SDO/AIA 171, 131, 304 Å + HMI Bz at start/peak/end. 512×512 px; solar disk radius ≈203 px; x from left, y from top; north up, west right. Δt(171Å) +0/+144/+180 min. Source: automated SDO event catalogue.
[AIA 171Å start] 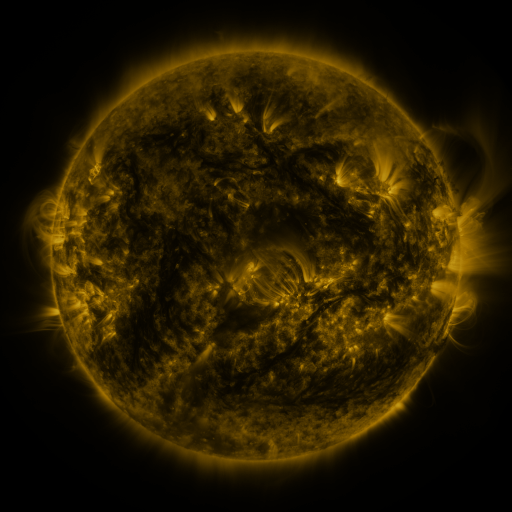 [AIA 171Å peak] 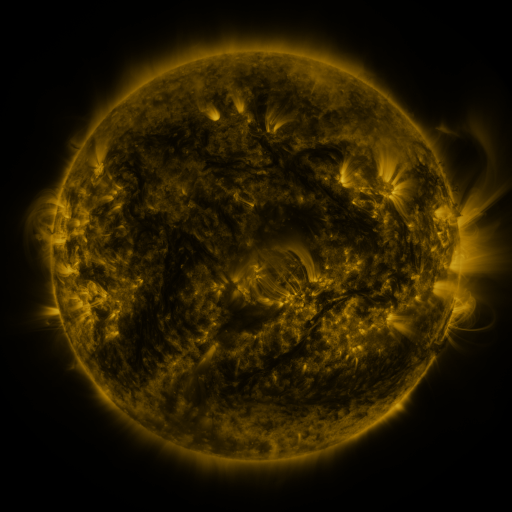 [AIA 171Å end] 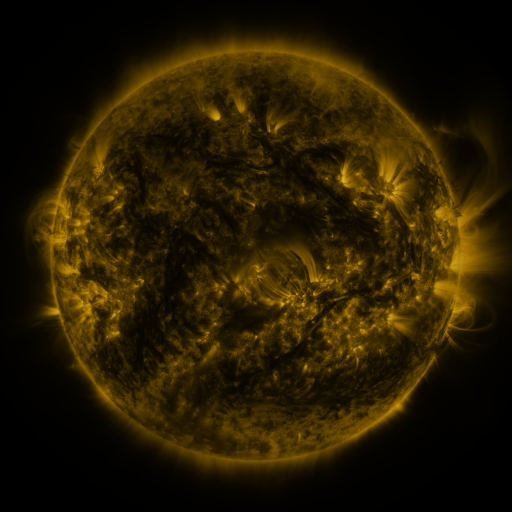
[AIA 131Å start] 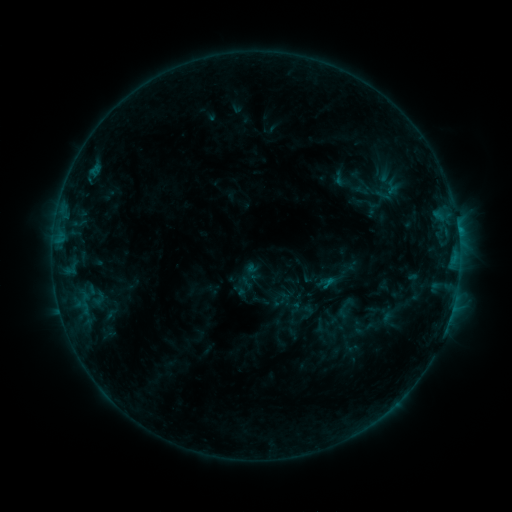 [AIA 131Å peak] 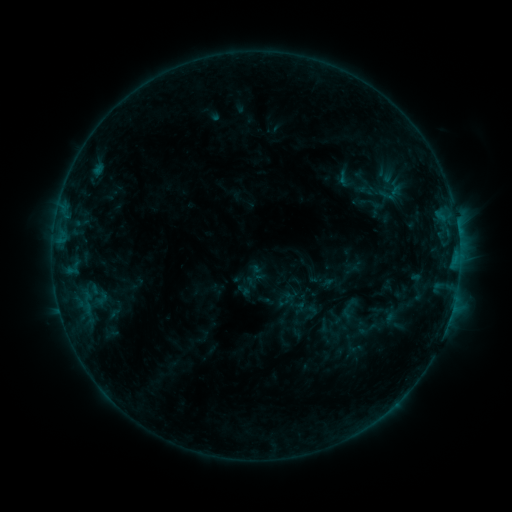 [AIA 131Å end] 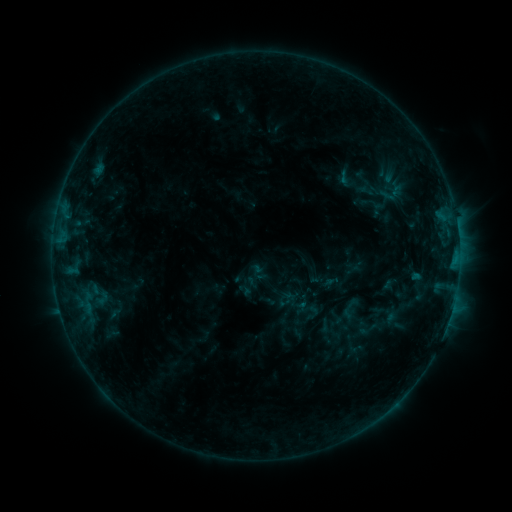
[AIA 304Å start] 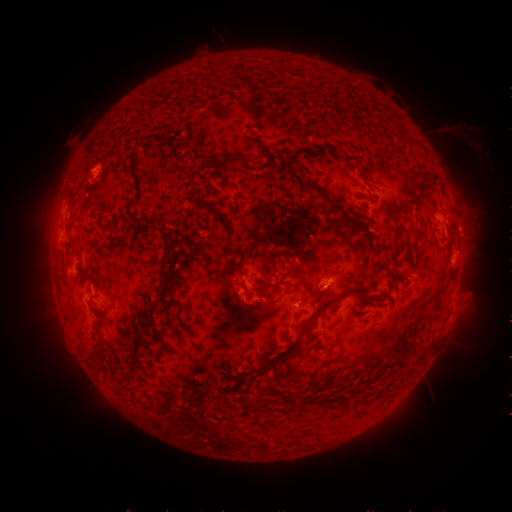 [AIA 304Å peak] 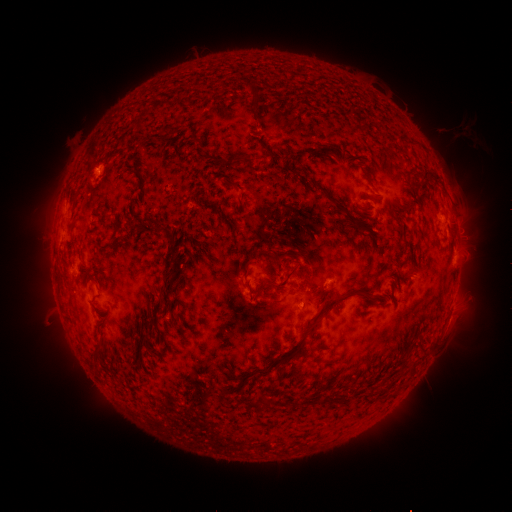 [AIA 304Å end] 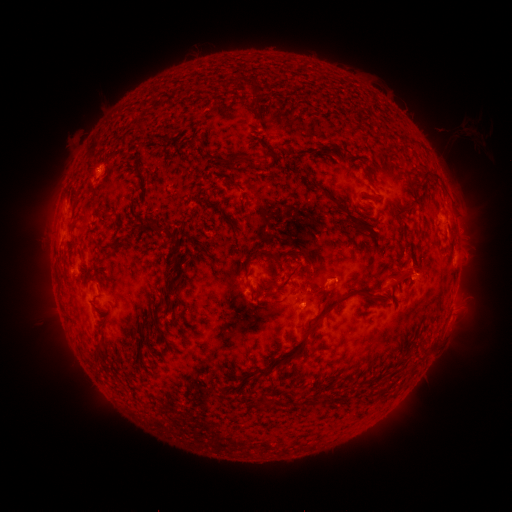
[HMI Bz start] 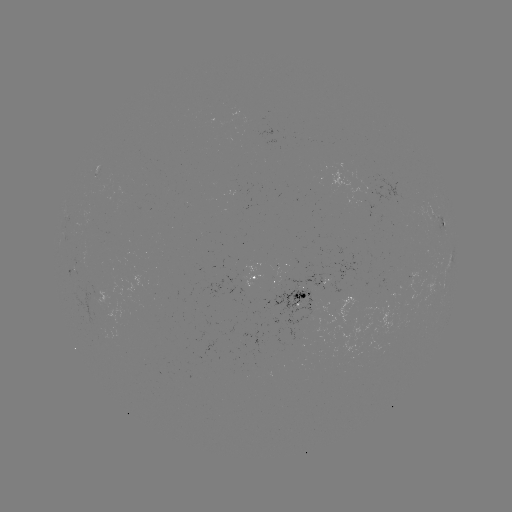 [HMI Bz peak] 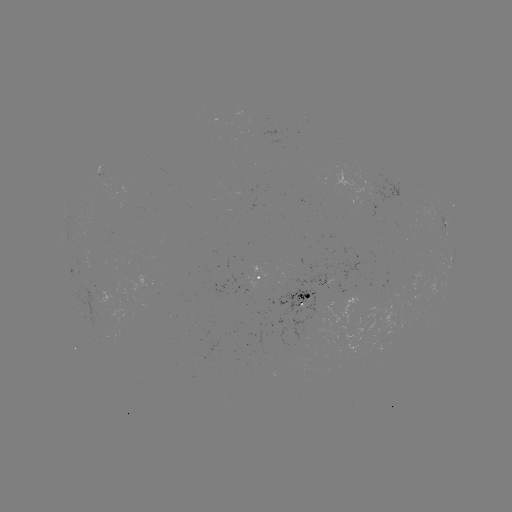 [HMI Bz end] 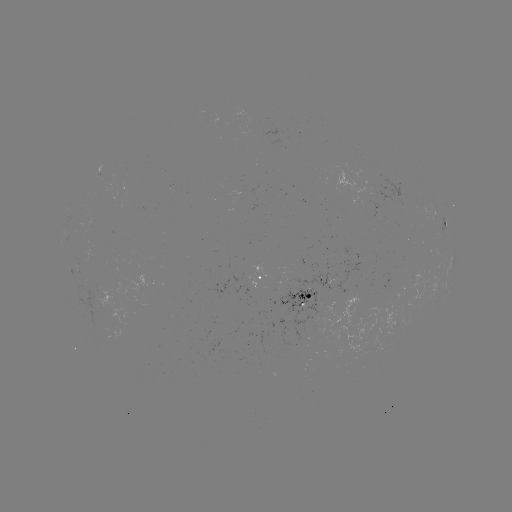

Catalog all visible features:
emerging-flux region: (99, 175)
